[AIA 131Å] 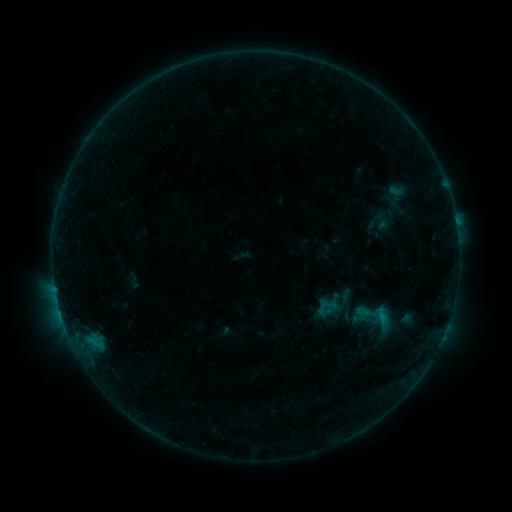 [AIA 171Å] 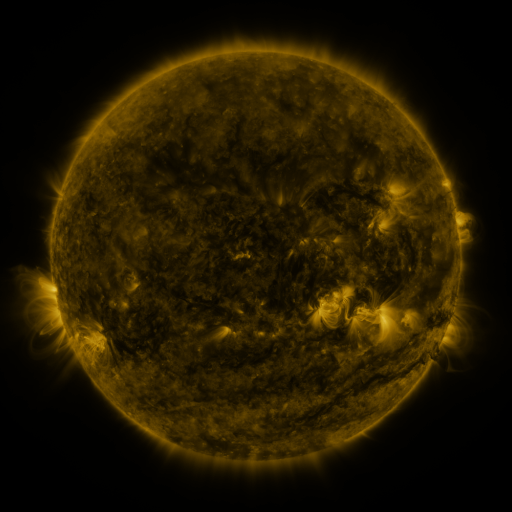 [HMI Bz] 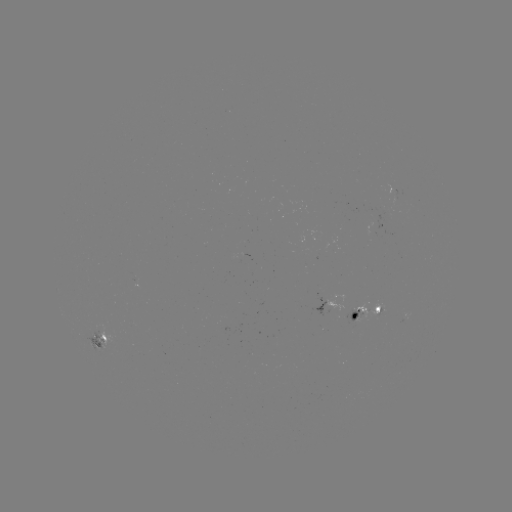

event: sigmoid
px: (378, 322)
